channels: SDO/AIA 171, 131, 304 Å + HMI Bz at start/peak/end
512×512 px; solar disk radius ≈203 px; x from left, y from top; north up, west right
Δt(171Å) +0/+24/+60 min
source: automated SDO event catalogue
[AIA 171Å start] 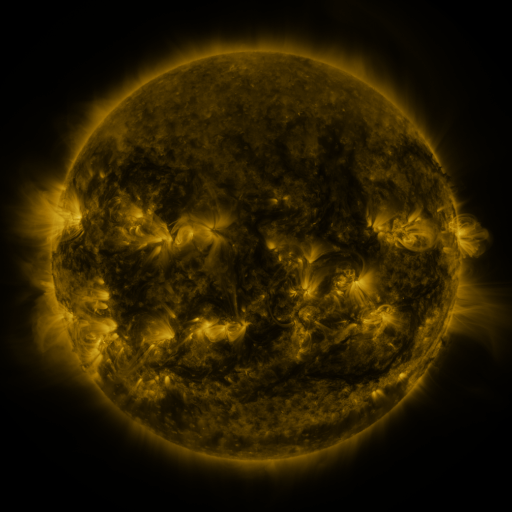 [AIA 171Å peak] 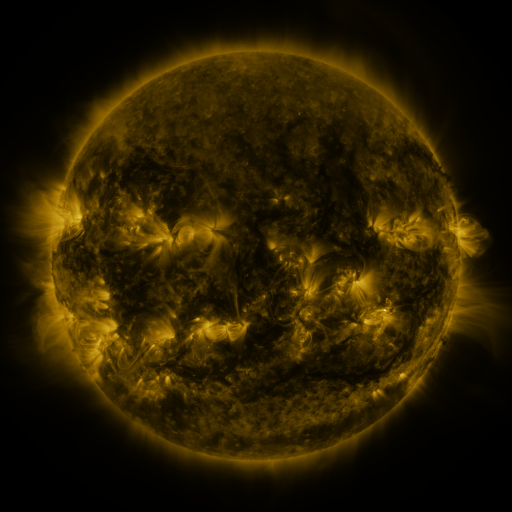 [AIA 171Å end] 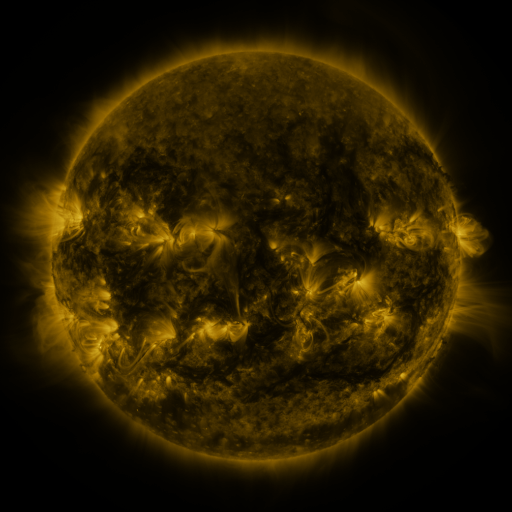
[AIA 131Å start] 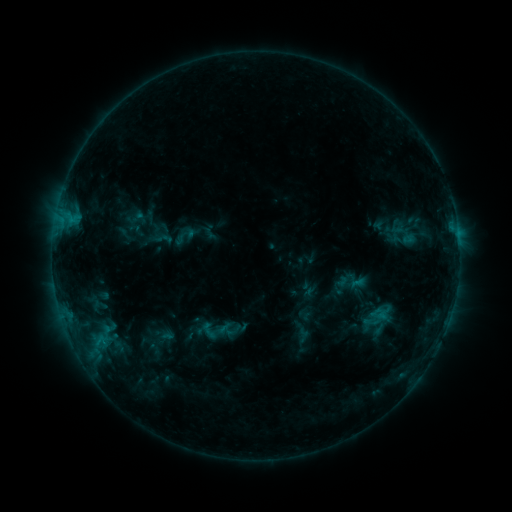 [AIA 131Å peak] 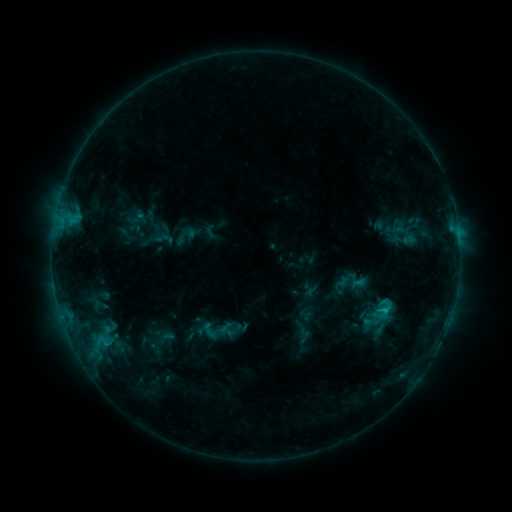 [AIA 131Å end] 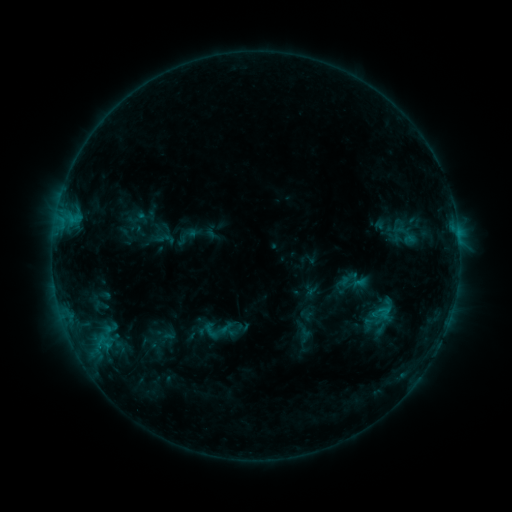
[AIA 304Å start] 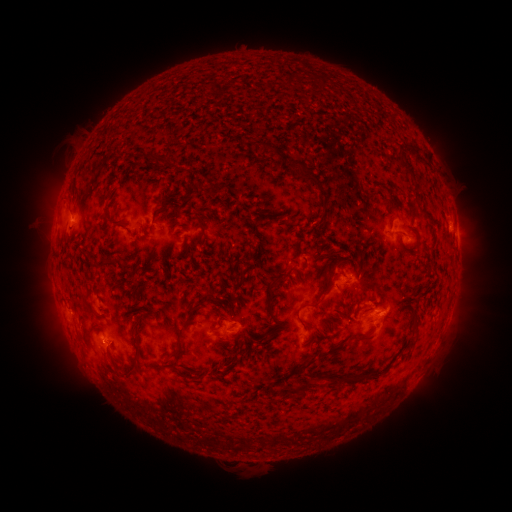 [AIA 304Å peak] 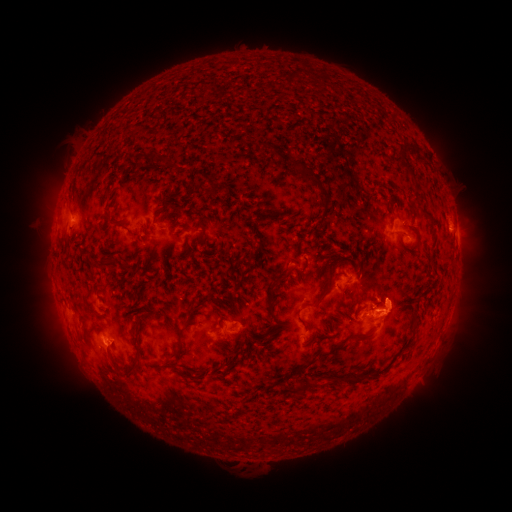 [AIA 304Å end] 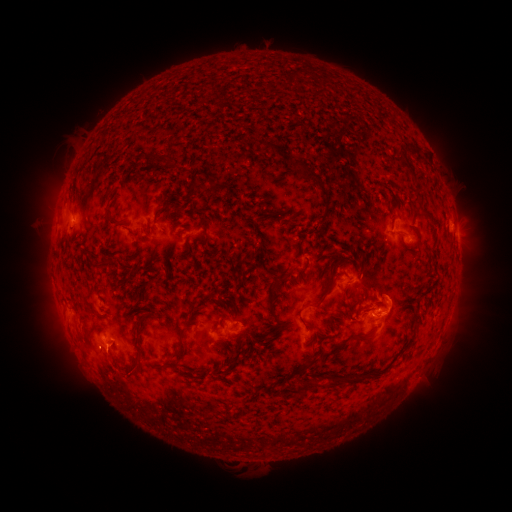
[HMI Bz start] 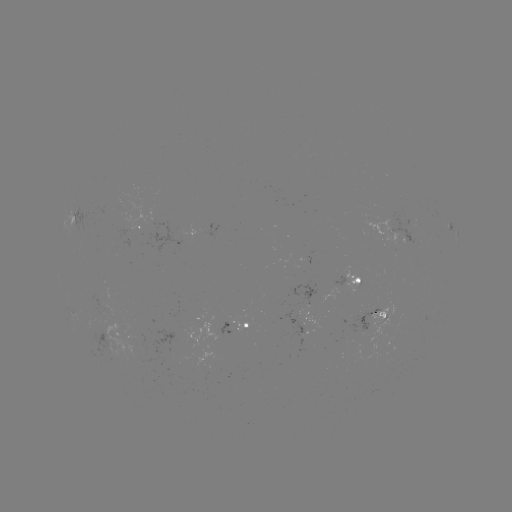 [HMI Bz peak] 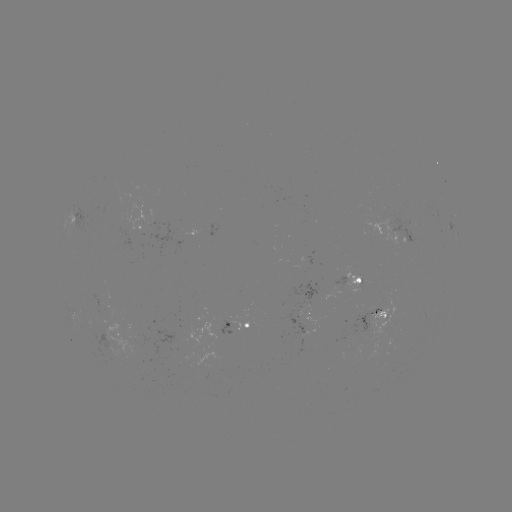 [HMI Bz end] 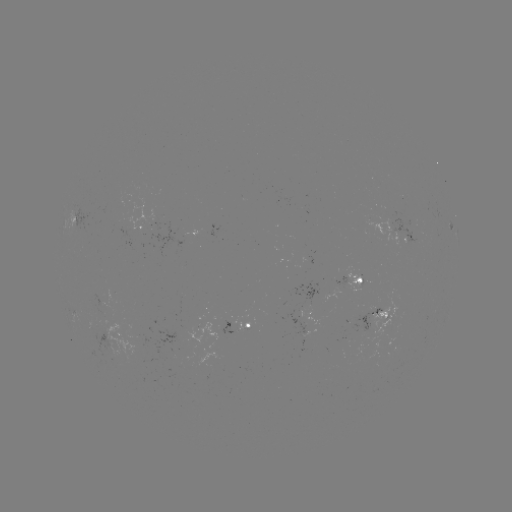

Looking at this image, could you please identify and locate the C1.0 flare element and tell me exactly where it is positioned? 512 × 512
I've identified C1.0 flare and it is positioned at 382,308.